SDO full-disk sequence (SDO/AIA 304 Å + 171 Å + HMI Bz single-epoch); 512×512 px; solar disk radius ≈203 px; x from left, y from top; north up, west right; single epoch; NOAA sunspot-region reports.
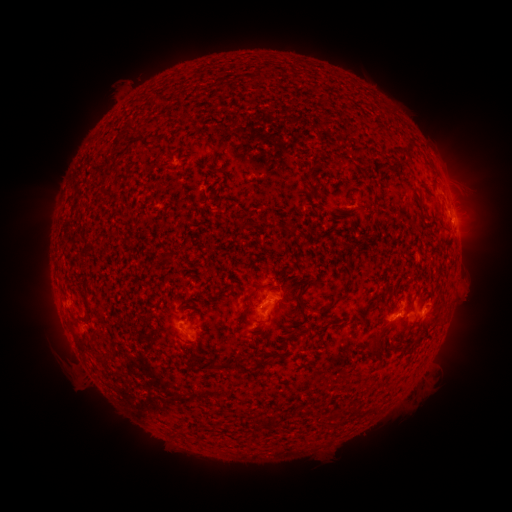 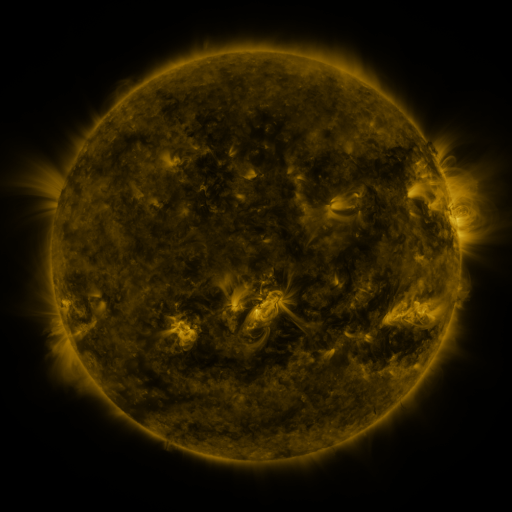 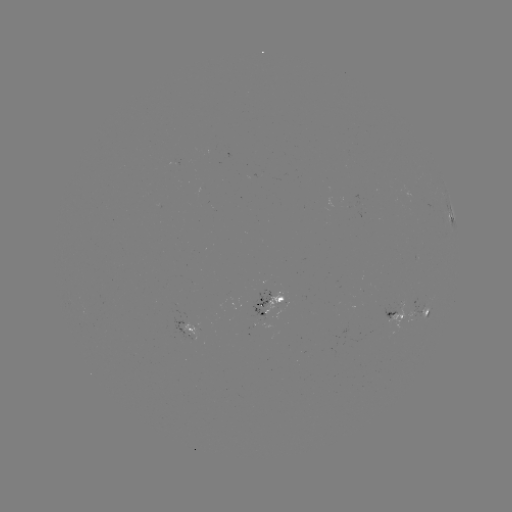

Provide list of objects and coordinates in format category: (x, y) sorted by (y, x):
spotted active region: (452, 217)
spotted active region: (272, 300)
spotted active region: (426, 306)
spotted active region: (399, 309)
spotted active region: (196, 328)
